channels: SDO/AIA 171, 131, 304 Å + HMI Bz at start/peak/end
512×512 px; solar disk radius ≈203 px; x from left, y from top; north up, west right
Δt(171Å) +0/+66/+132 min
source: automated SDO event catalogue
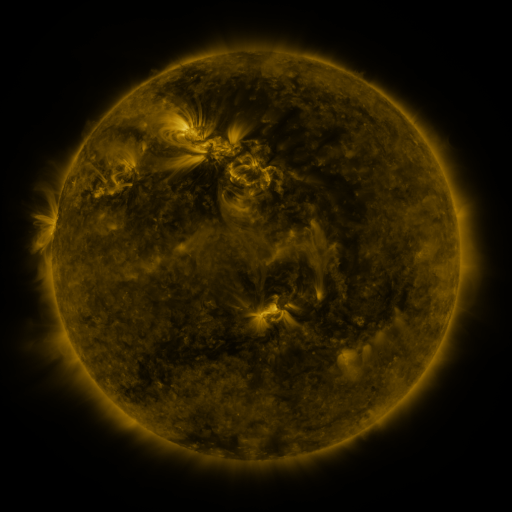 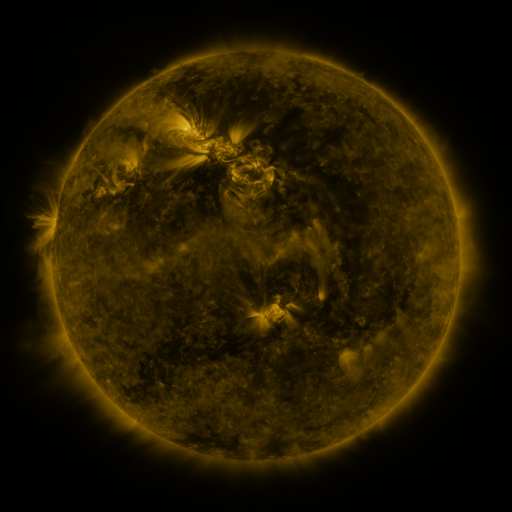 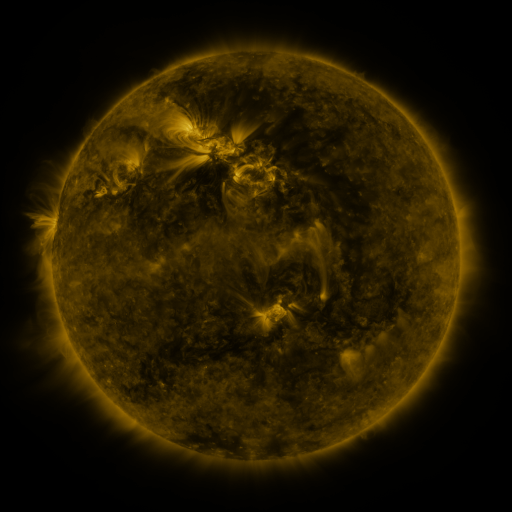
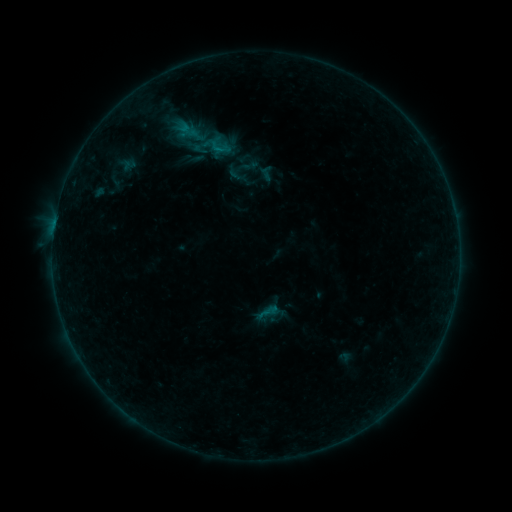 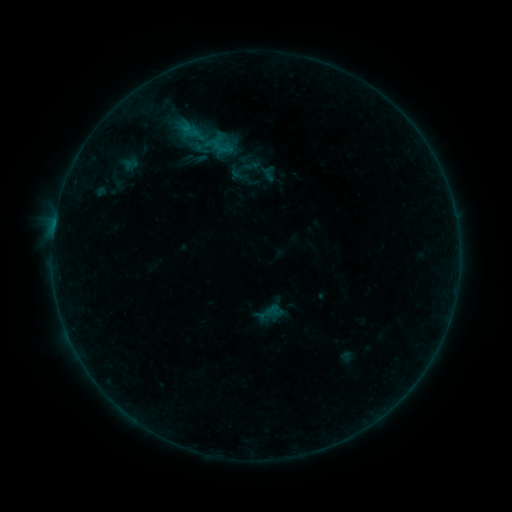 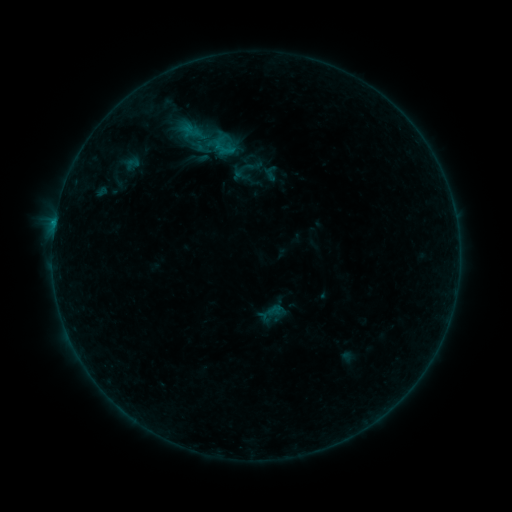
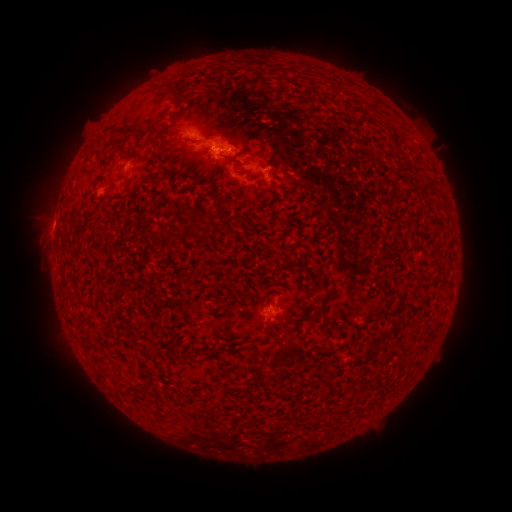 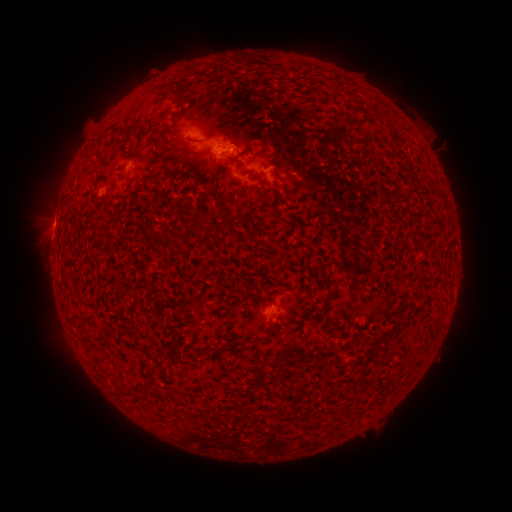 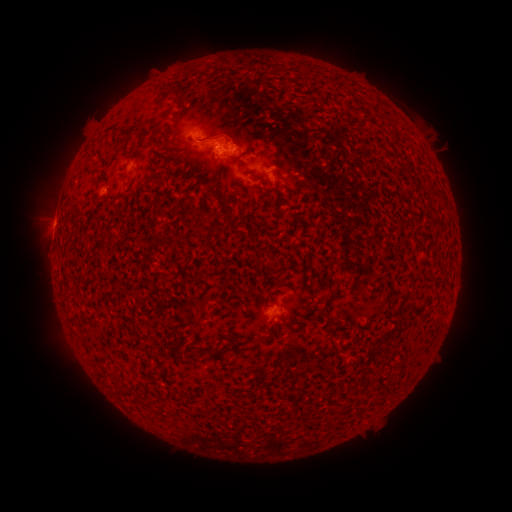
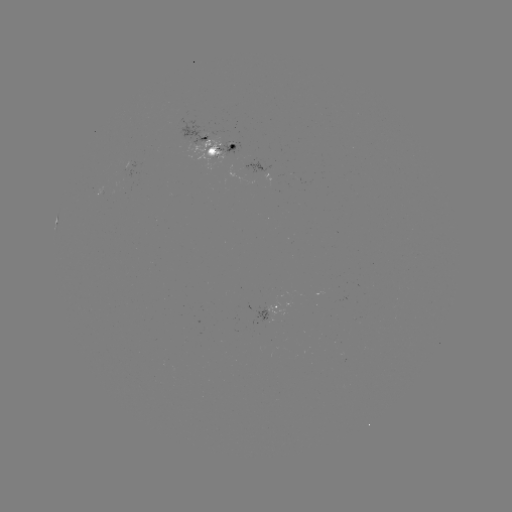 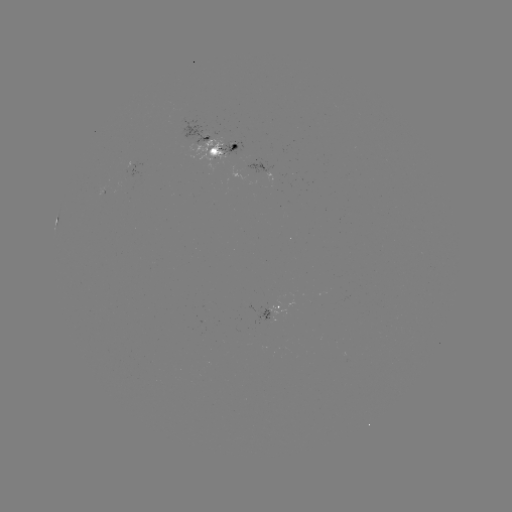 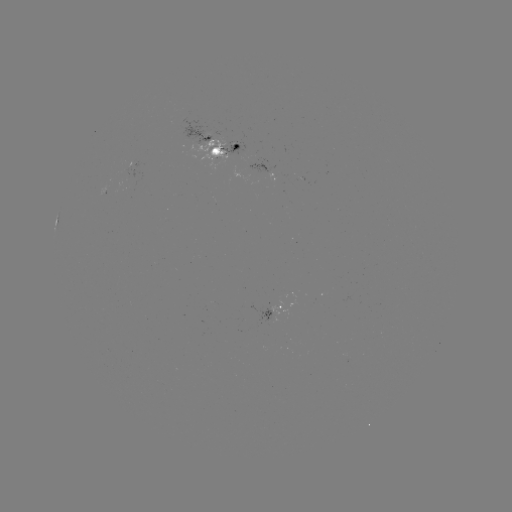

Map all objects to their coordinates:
emerging-flux region: (268, 314)
